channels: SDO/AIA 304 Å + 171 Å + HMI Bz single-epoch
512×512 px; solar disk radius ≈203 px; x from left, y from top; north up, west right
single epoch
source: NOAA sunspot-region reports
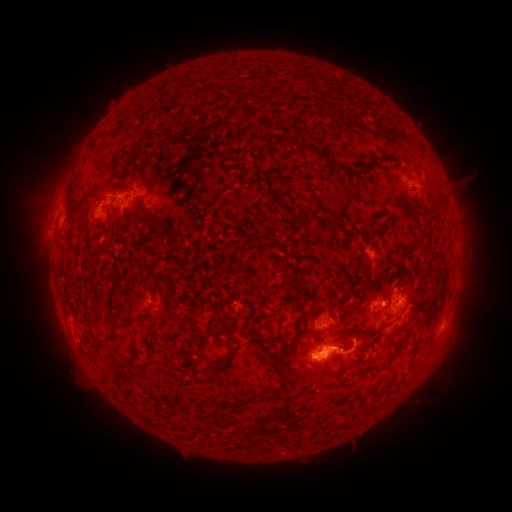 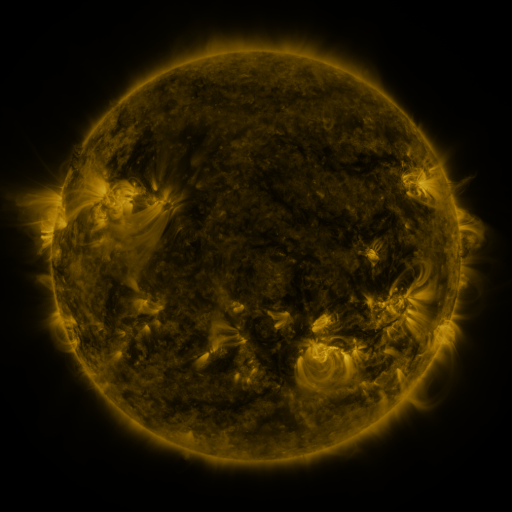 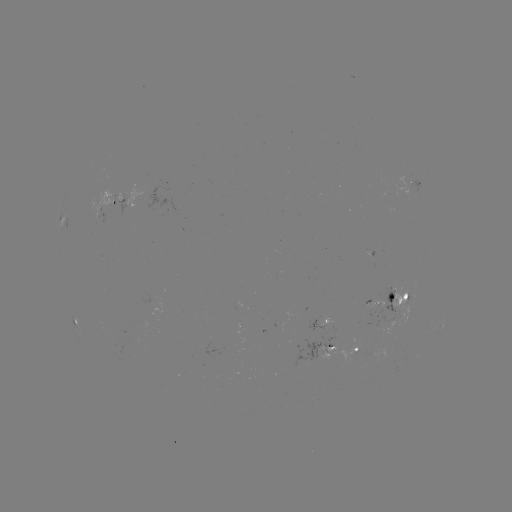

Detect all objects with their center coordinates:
spotted active region: (410, 184)
spotted active region: (122, 200)
spotted active region: (115, 210)
spotted active region: (179, 214)
spotted active region: (397, 305)
spotted active region: (75, 316)
spotted active region: (443, 320)
spotted active region: (326, 323)
spotted active region: (324, 346)
spotted active region: (355, 351)
